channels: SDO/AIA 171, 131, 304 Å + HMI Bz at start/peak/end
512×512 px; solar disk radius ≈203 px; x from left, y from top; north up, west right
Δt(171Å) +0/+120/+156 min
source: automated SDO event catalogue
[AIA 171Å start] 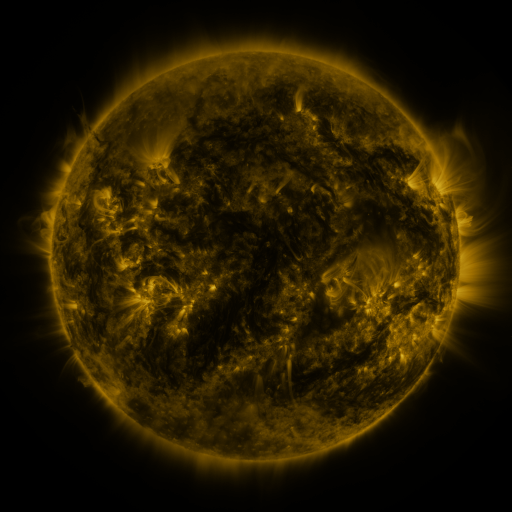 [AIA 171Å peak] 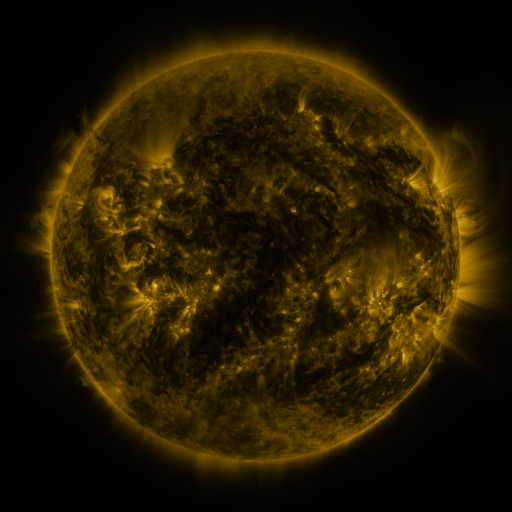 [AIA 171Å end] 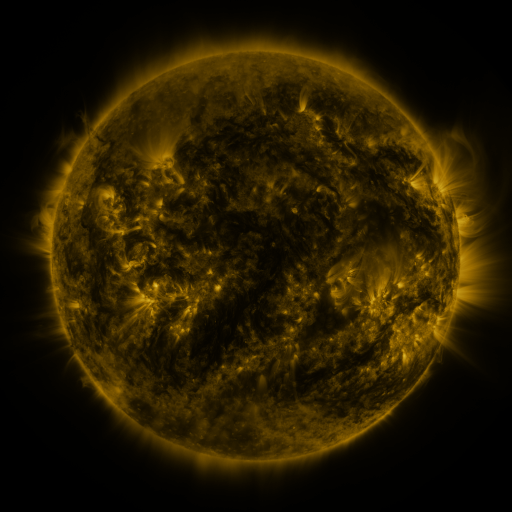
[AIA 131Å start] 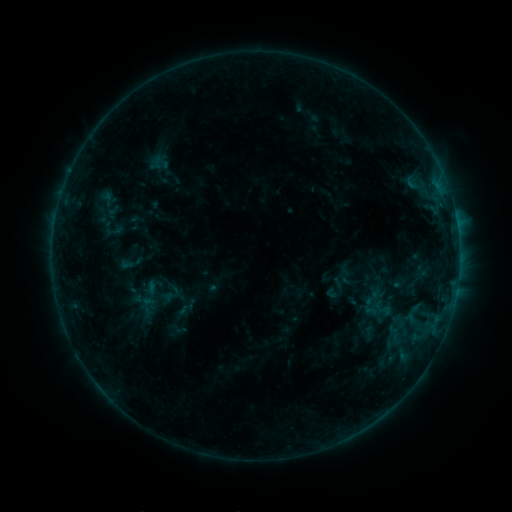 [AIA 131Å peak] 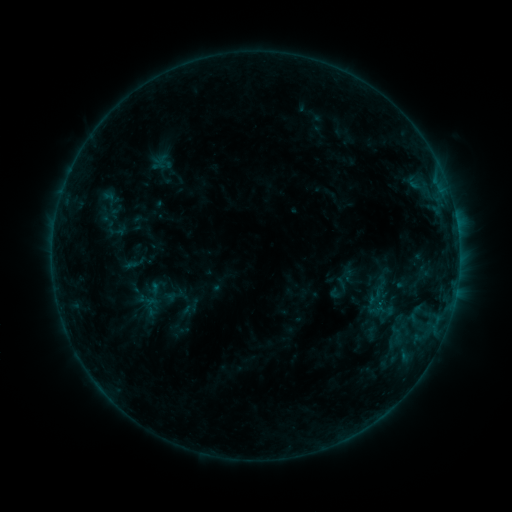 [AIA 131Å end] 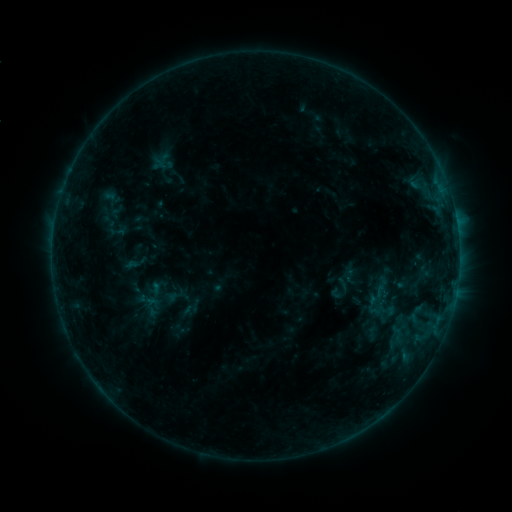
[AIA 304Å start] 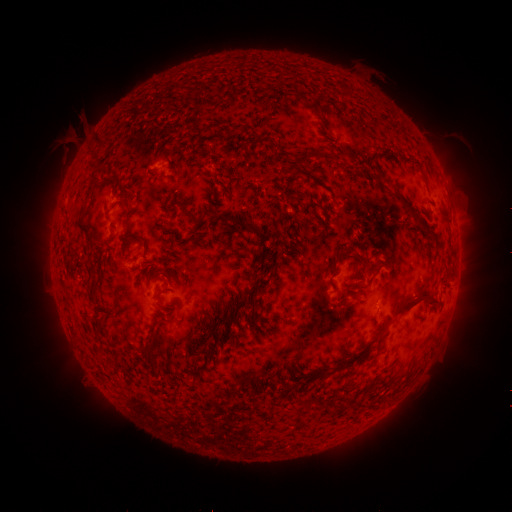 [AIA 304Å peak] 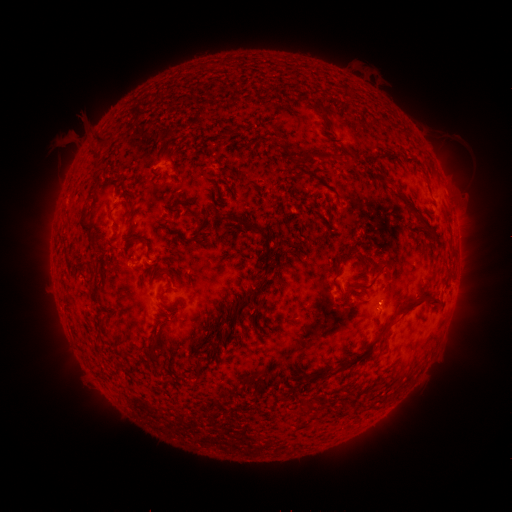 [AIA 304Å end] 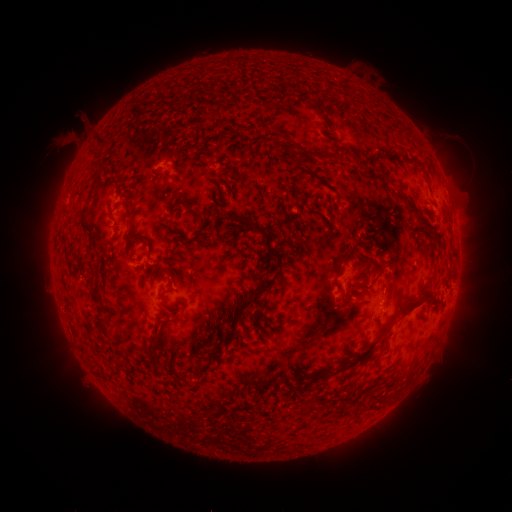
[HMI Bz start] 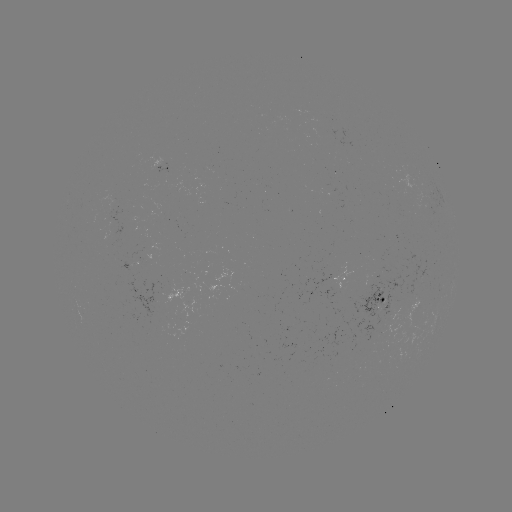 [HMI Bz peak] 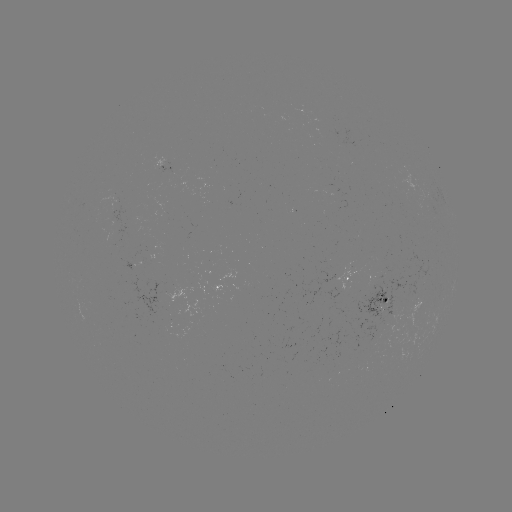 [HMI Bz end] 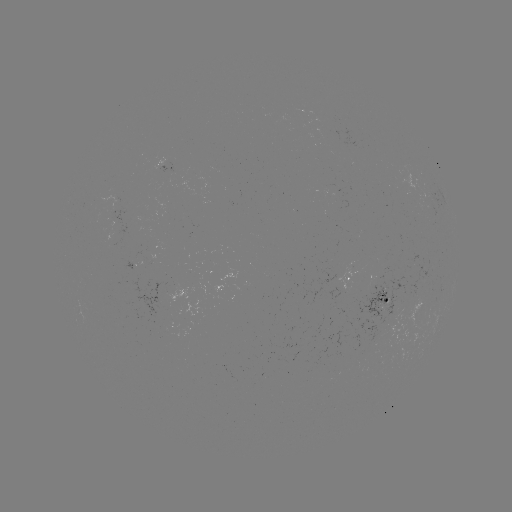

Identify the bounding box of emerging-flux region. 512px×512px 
[347, 316, 388, 350].